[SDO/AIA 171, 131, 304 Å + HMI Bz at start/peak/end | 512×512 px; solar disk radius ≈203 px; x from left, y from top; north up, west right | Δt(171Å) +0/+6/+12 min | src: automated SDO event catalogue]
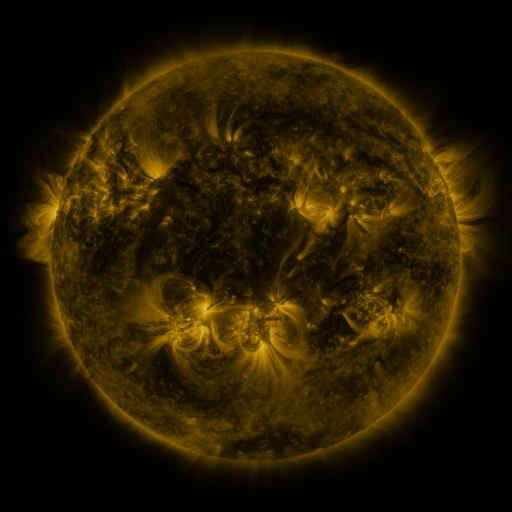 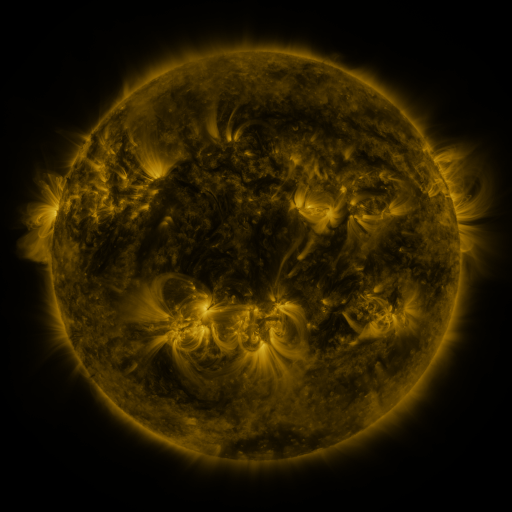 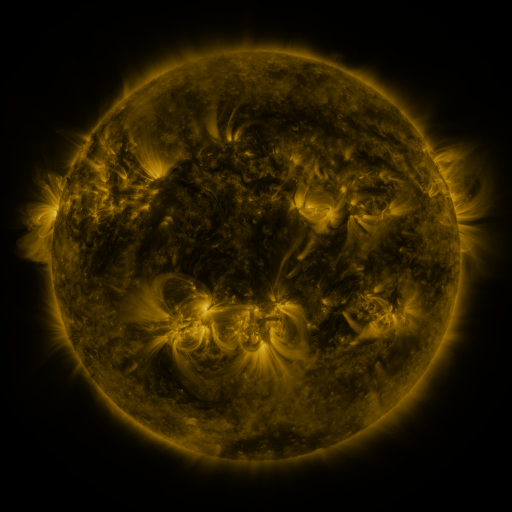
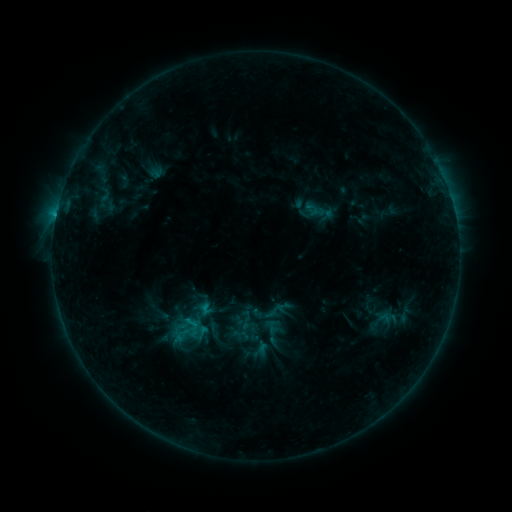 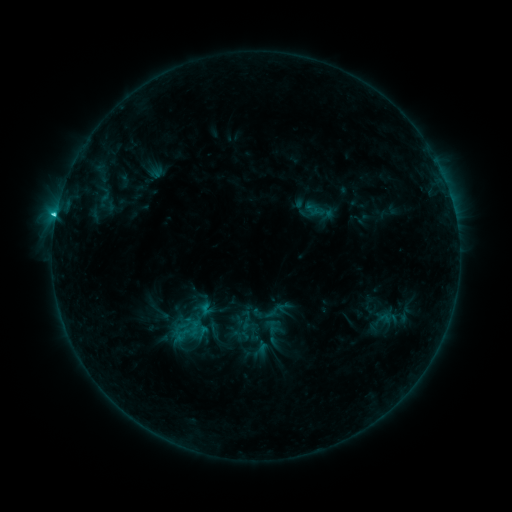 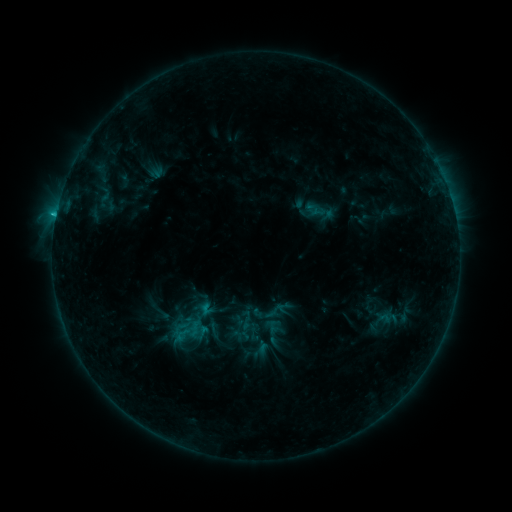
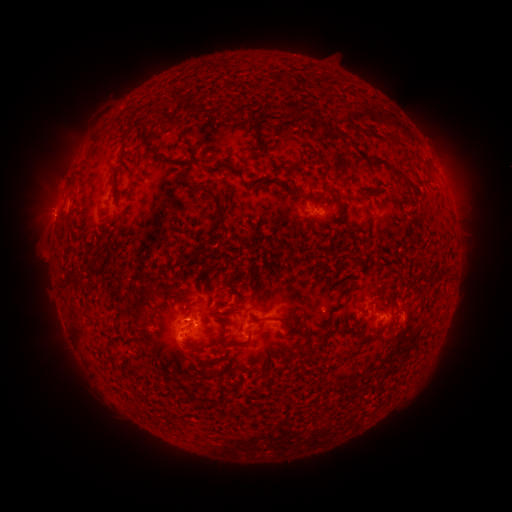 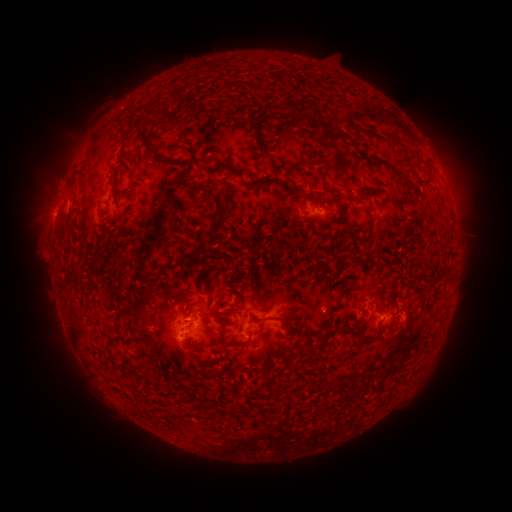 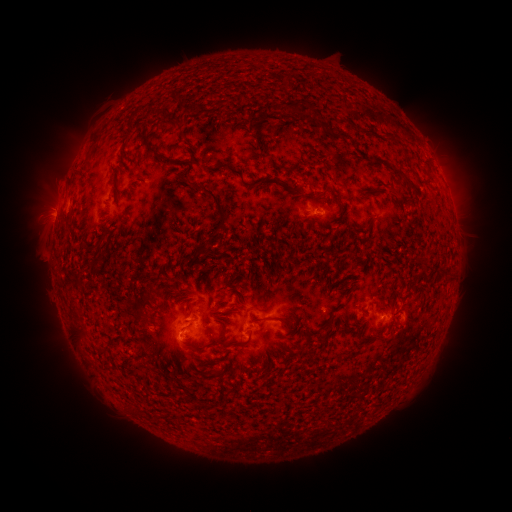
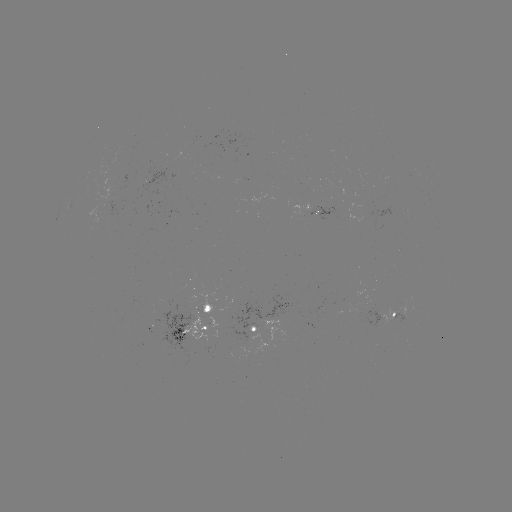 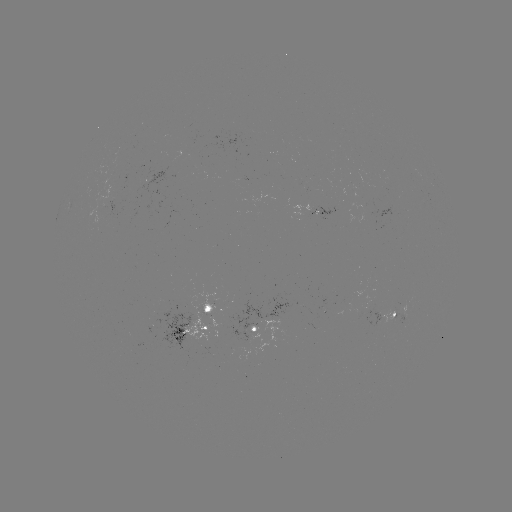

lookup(C1.6 flare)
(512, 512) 56,217